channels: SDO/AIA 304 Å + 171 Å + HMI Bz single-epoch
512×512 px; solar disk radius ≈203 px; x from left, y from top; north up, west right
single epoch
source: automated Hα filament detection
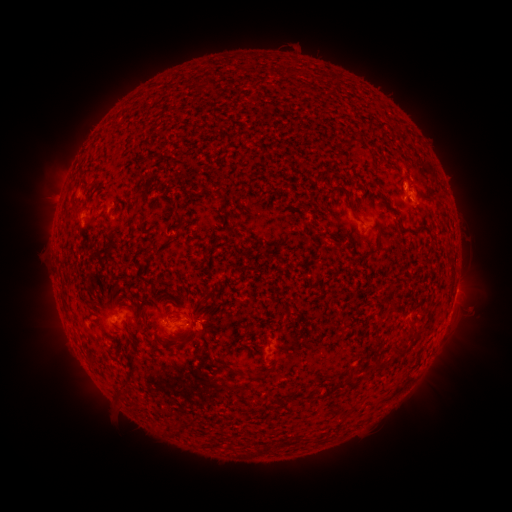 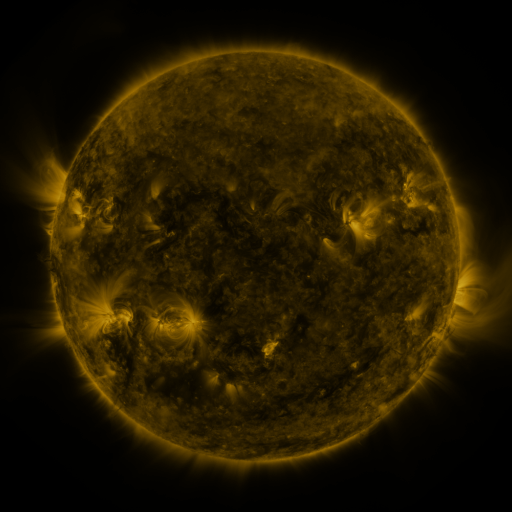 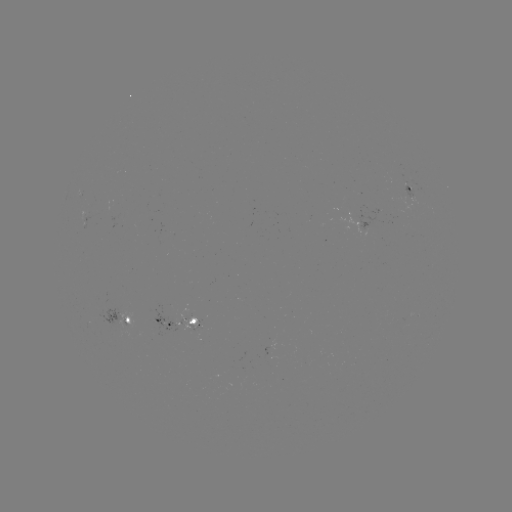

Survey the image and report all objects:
filament: (376, 165)
filament: (415, 337)
filament: (397, 354)
